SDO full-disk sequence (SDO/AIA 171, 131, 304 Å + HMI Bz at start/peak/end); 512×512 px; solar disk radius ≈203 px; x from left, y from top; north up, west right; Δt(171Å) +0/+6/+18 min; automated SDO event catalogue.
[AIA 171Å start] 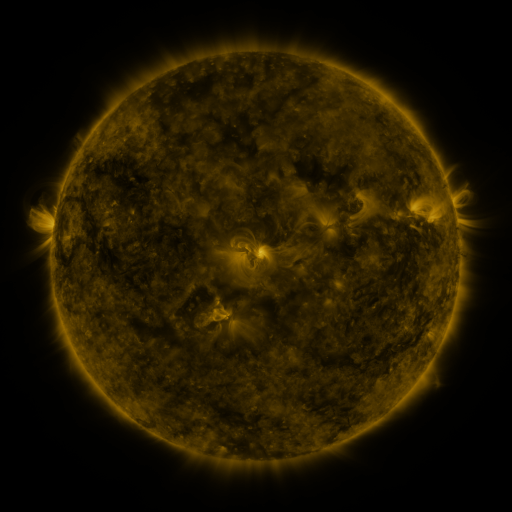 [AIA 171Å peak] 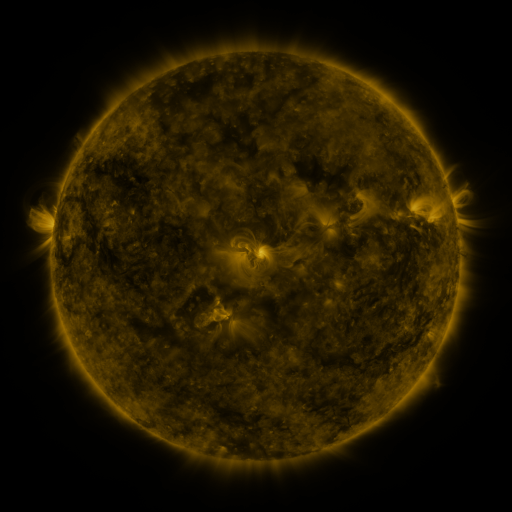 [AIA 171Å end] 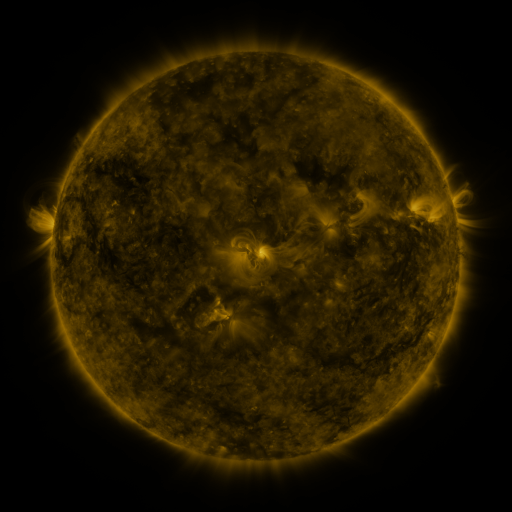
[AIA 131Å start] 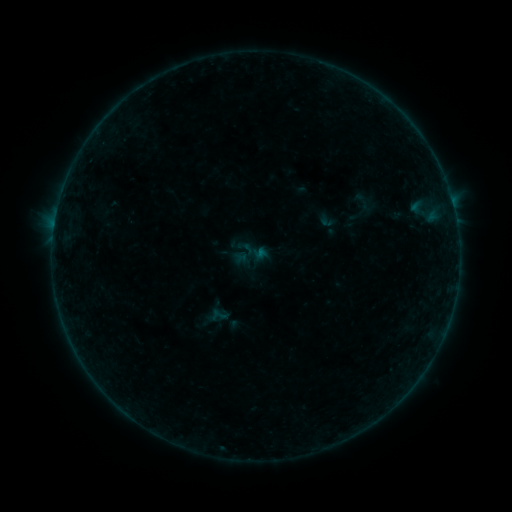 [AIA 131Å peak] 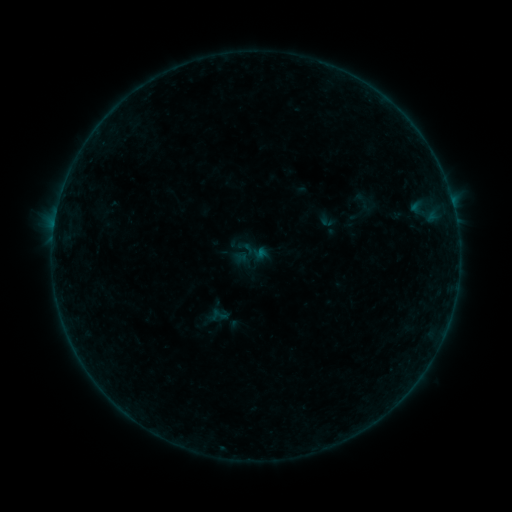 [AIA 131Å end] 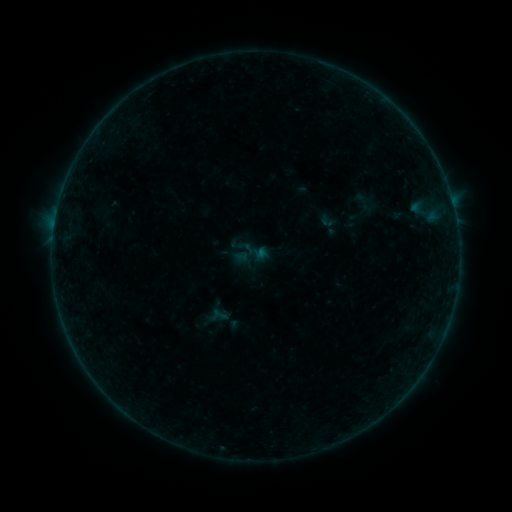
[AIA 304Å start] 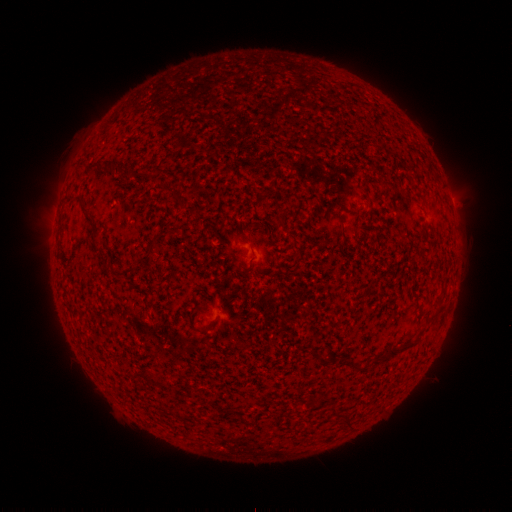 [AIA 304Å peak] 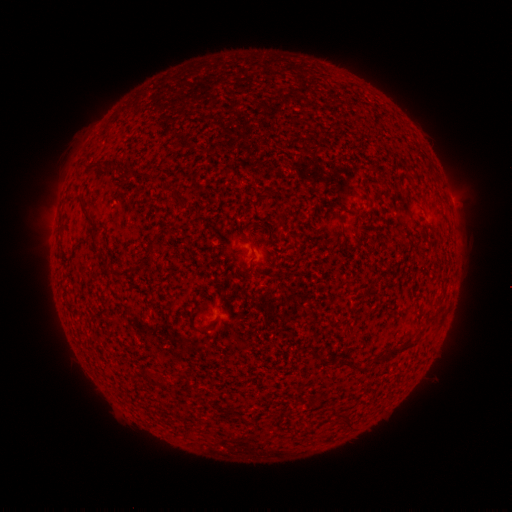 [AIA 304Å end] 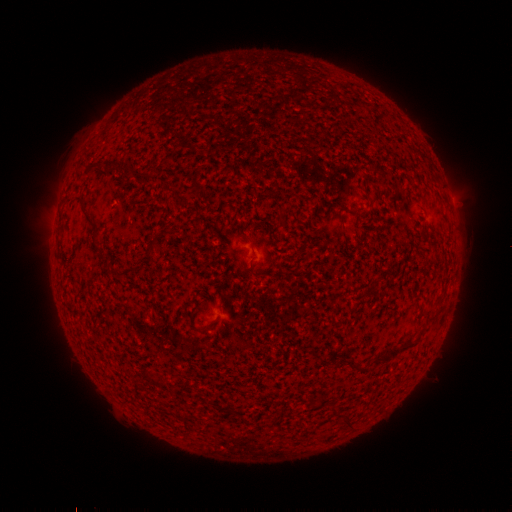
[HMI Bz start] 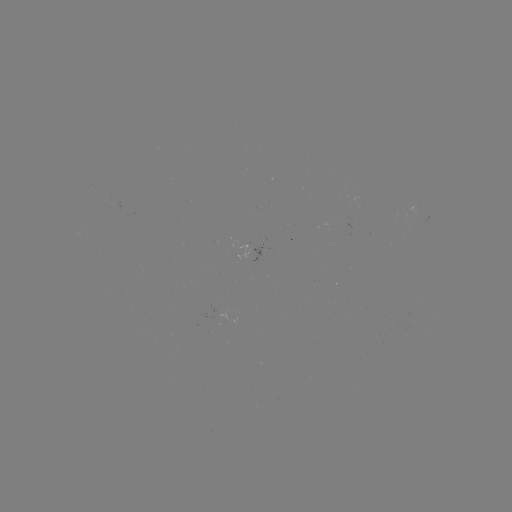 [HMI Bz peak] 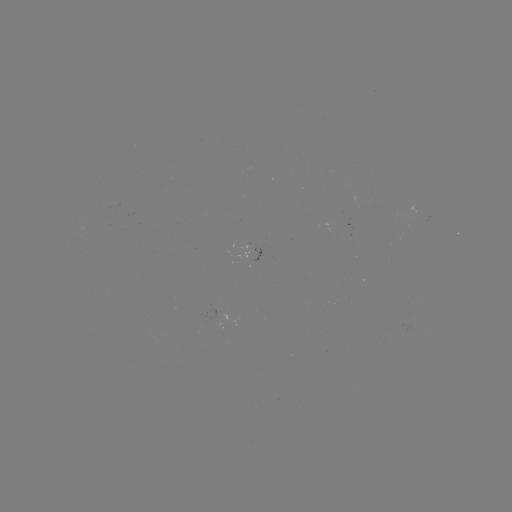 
nothing was catalogued: no classed flare, no EUV trigger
